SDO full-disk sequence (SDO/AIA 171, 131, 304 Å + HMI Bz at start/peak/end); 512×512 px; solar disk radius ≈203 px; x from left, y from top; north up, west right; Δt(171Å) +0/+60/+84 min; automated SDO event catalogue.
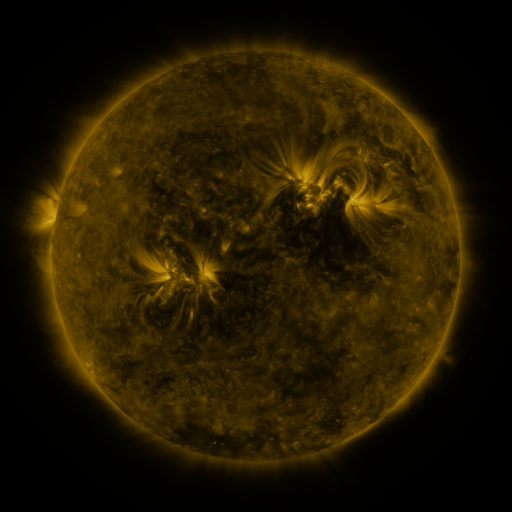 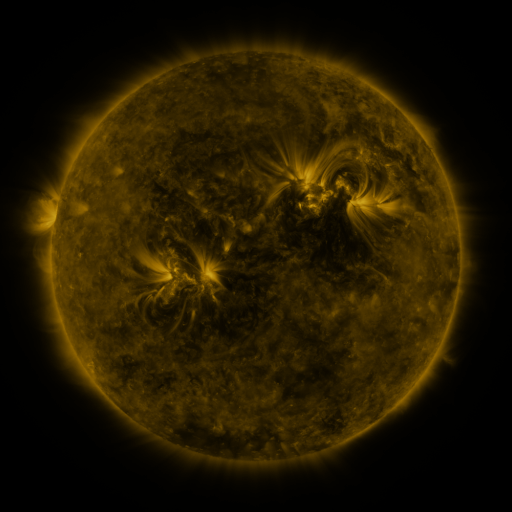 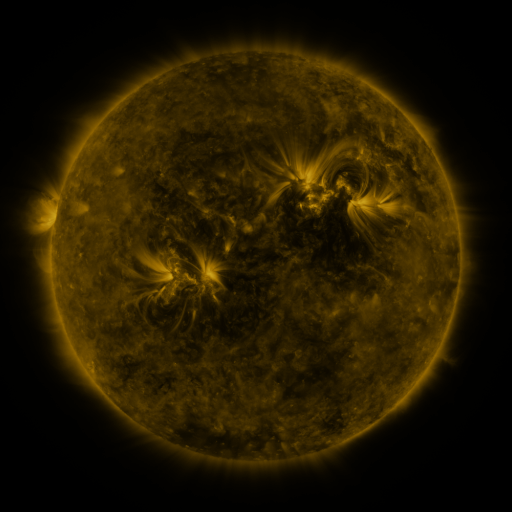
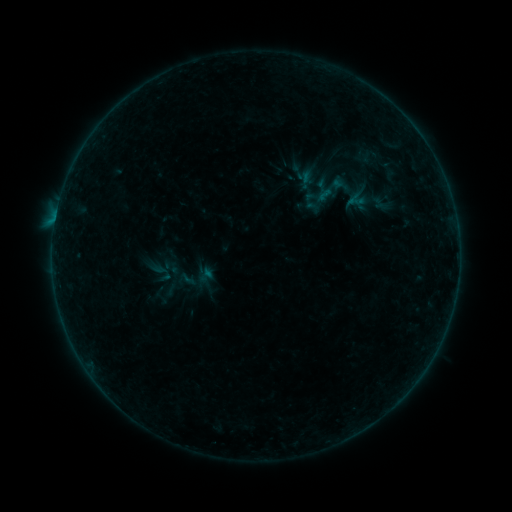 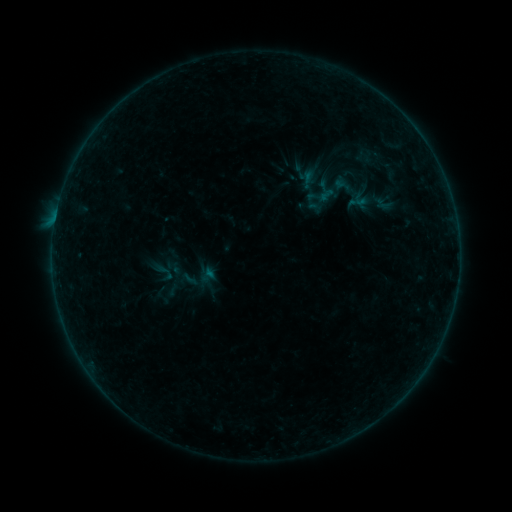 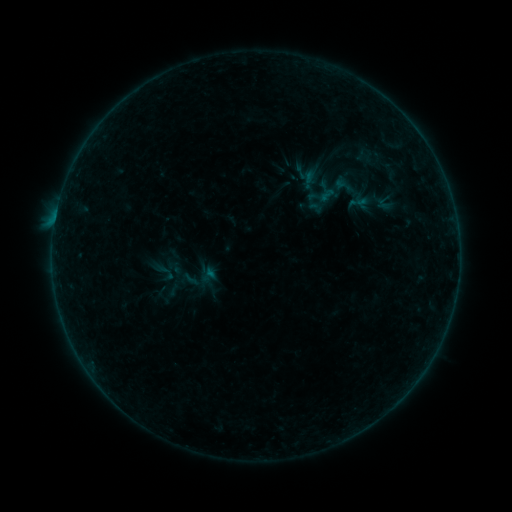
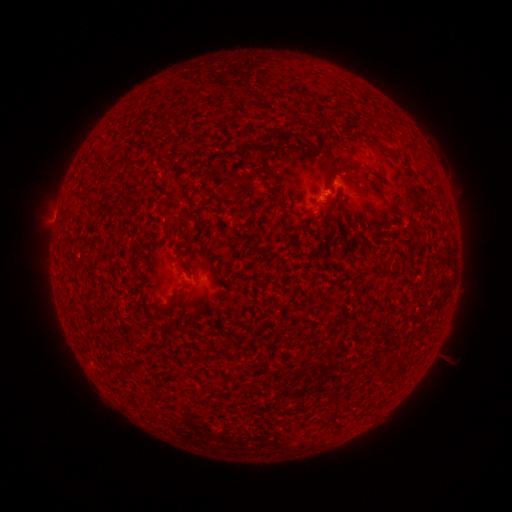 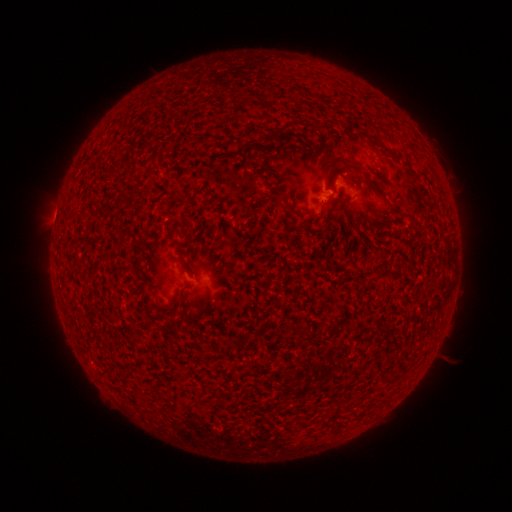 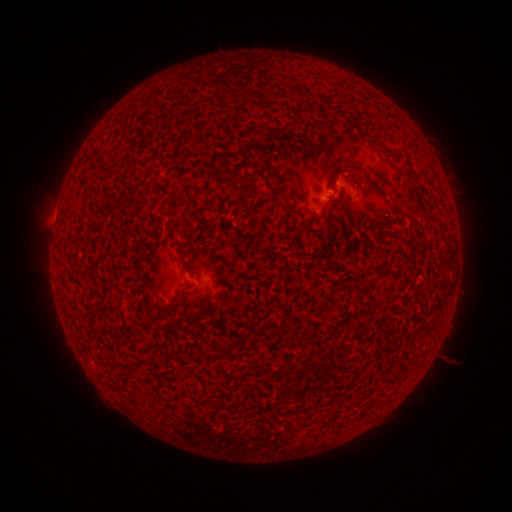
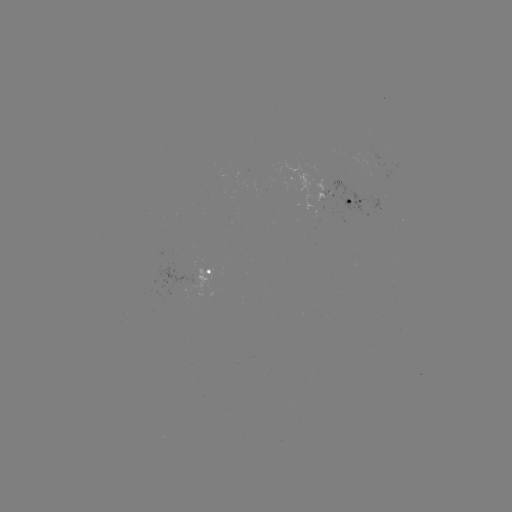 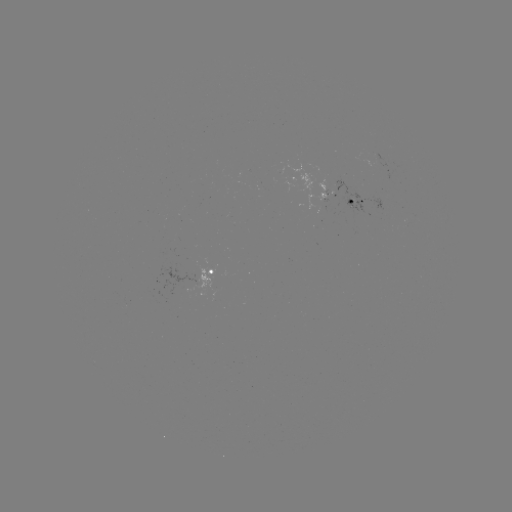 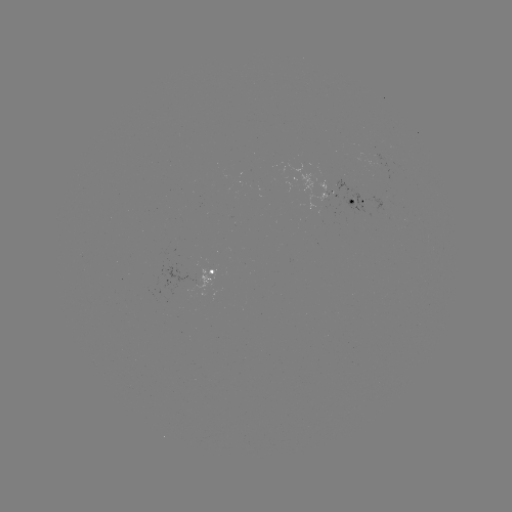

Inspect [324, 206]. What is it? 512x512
emerging-flux region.